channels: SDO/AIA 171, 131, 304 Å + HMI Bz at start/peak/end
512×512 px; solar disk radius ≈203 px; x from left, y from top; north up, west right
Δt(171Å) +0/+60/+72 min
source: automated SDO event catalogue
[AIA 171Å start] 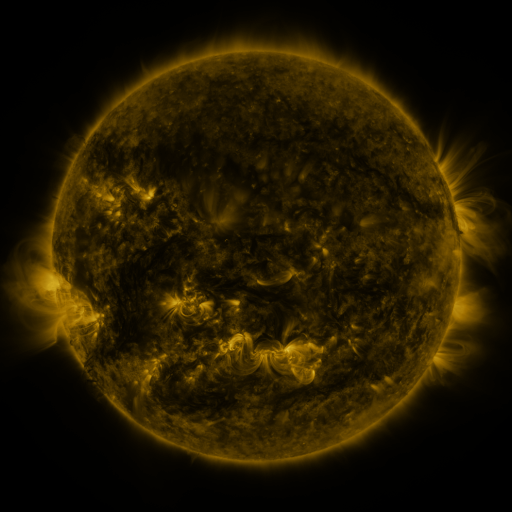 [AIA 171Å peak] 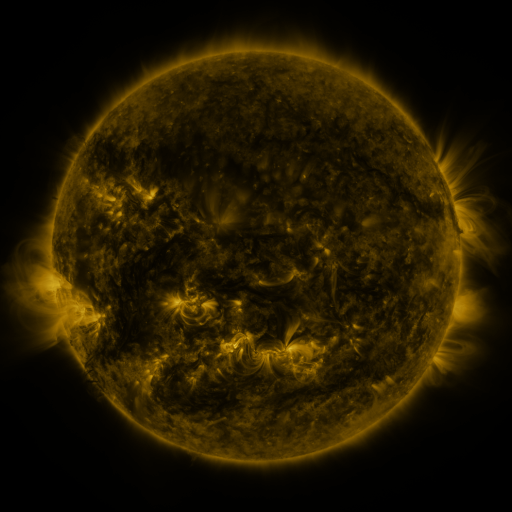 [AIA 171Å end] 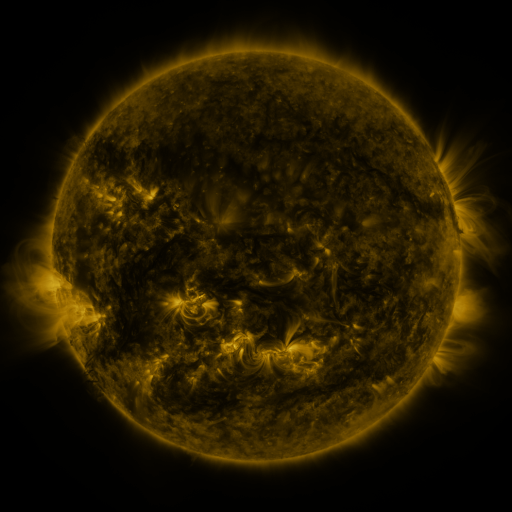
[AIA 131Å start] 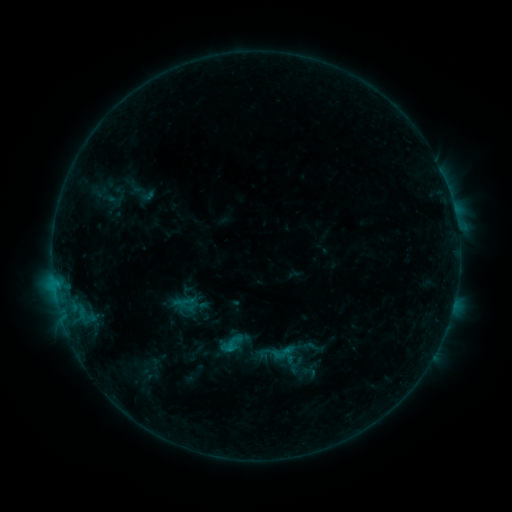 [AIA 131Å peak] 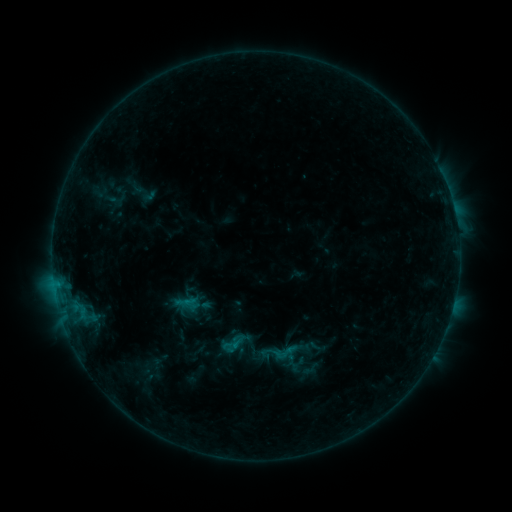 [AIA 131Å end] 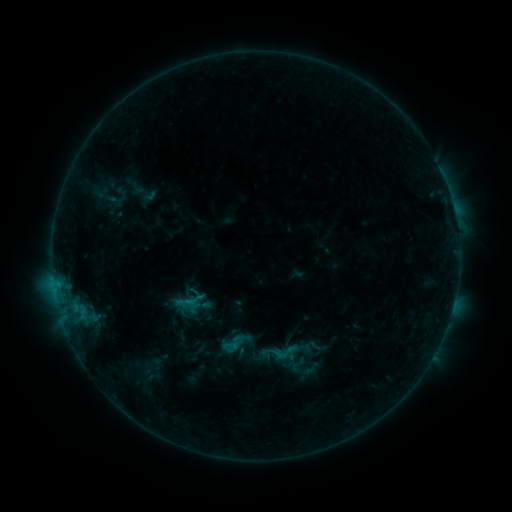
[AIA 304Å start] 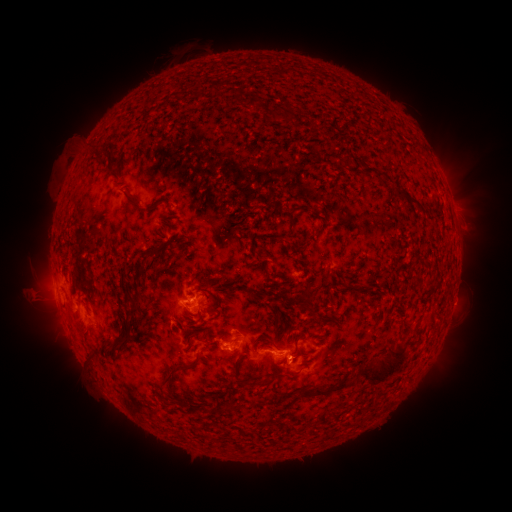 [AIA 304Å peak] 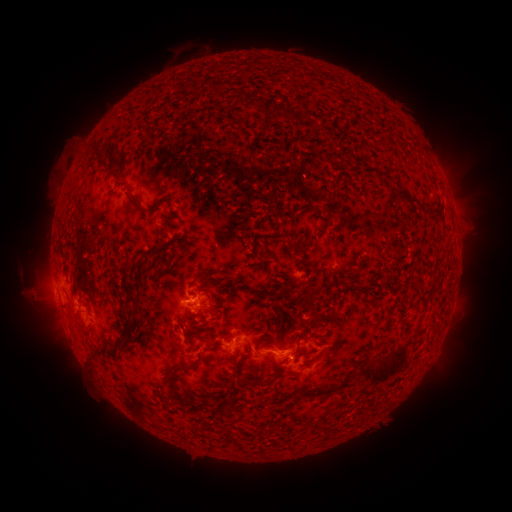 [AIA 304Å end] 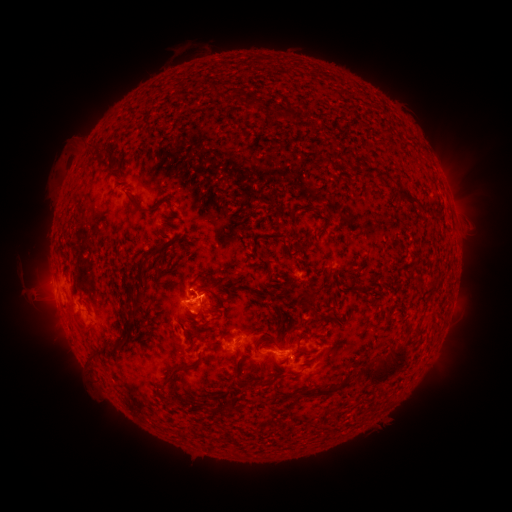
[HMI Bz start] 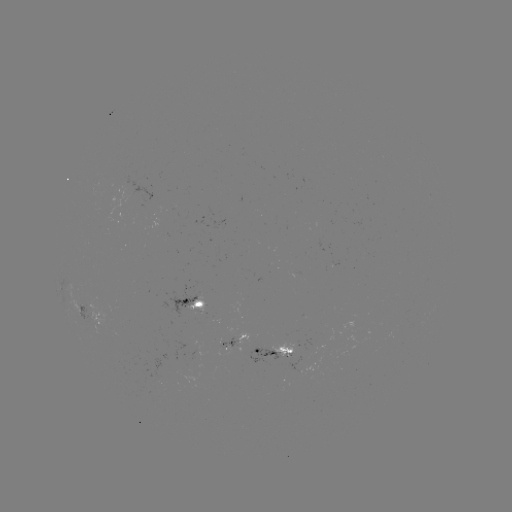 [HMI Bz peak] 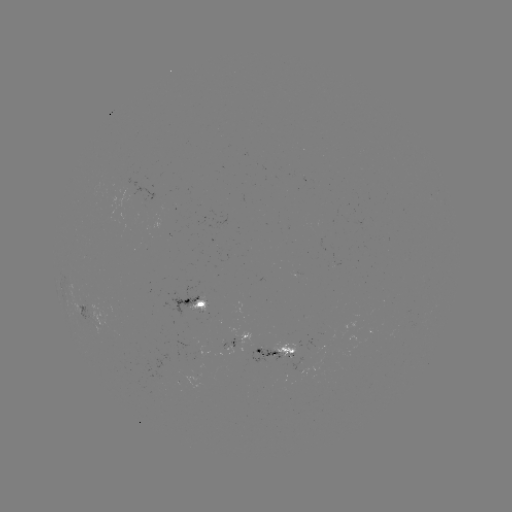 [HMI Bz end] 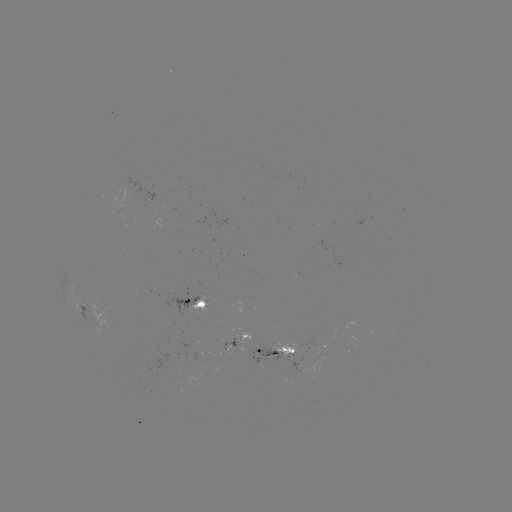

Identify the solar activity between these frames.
emerging-flux region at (287, 352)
